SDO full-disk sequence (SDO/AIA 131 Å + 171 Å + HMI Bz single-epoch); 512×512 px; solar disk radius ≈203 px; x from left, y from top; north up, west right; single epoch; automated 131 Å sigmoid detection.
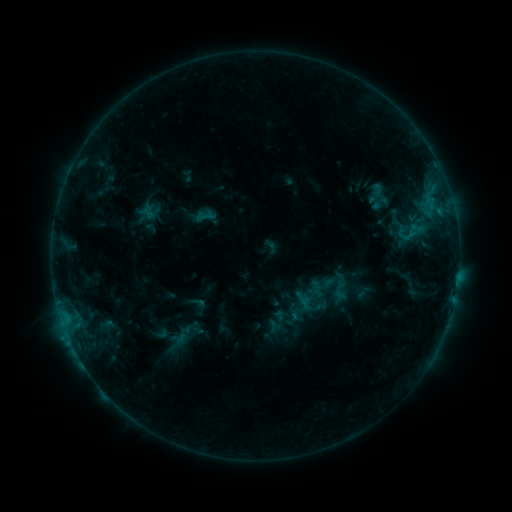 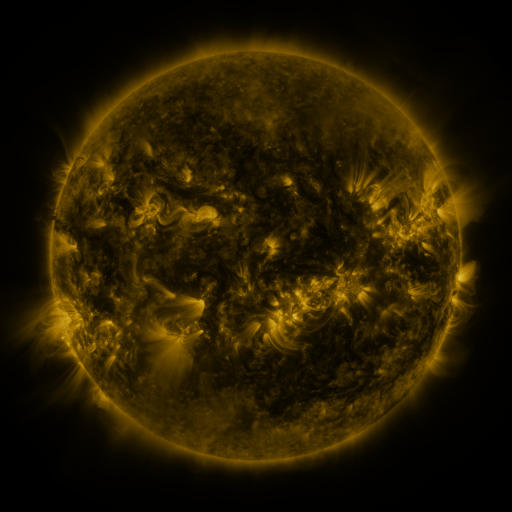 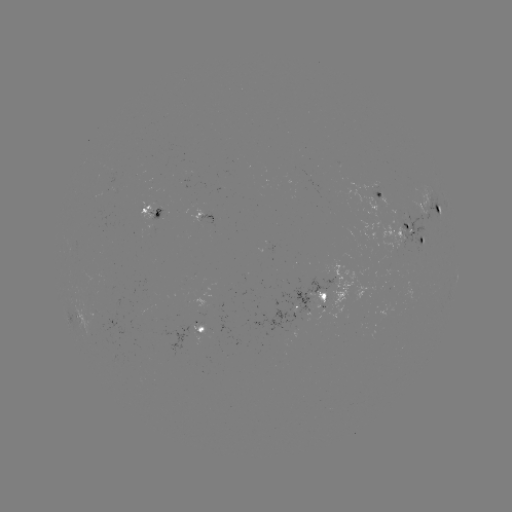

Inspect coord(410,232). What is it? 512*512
sigmoid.